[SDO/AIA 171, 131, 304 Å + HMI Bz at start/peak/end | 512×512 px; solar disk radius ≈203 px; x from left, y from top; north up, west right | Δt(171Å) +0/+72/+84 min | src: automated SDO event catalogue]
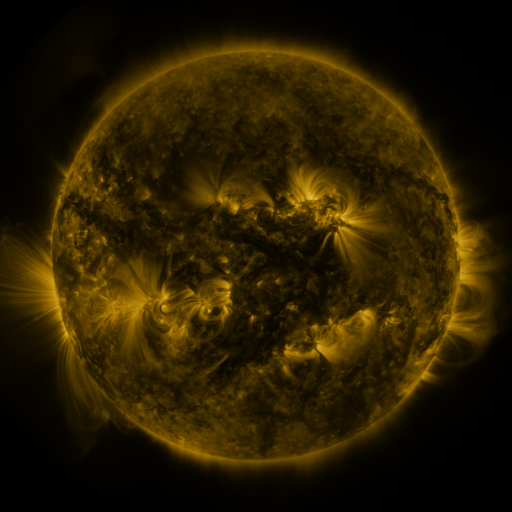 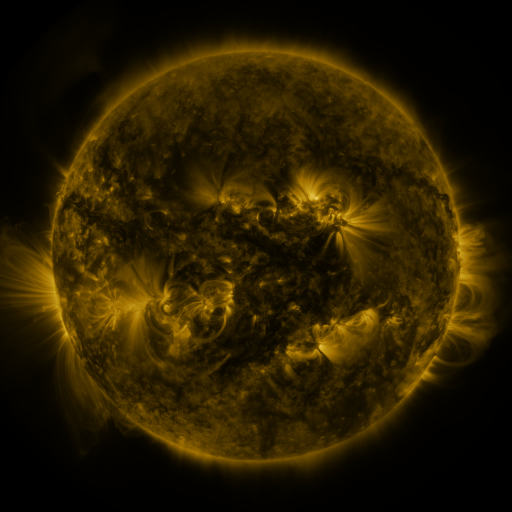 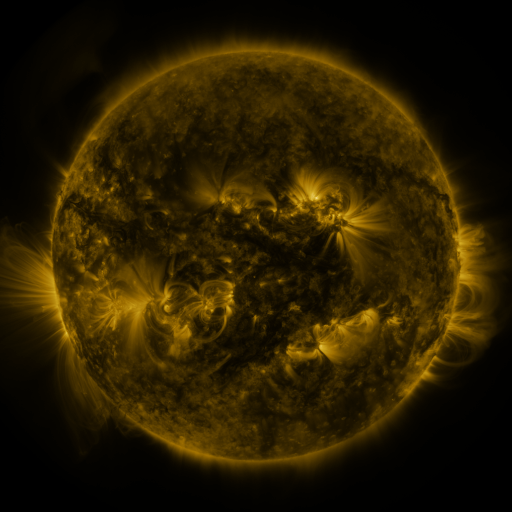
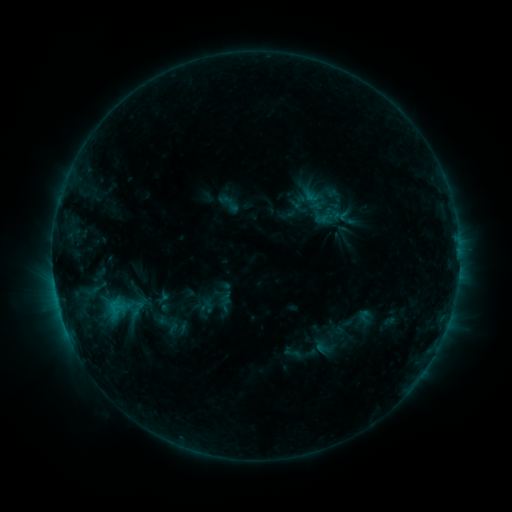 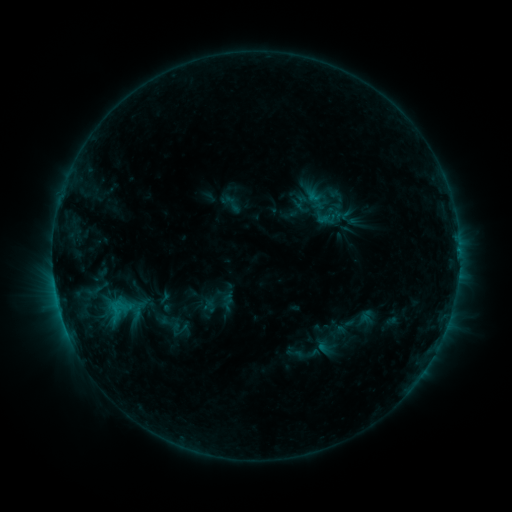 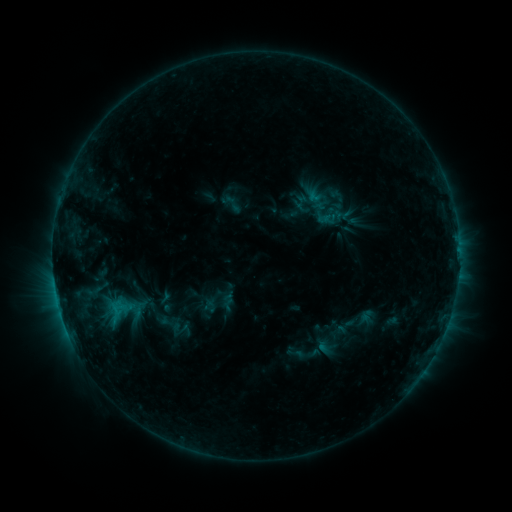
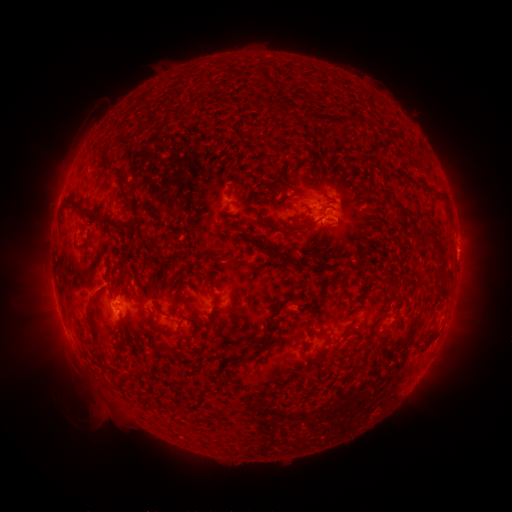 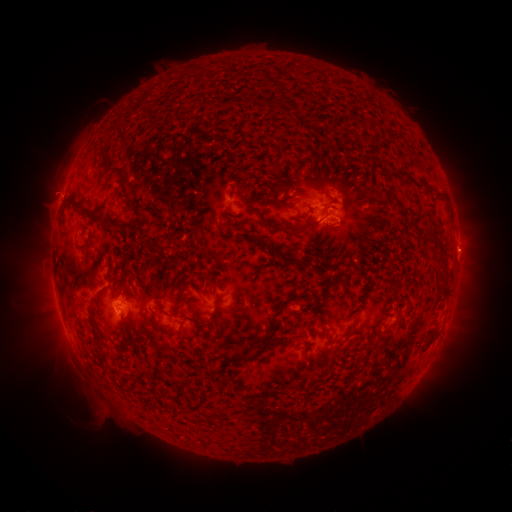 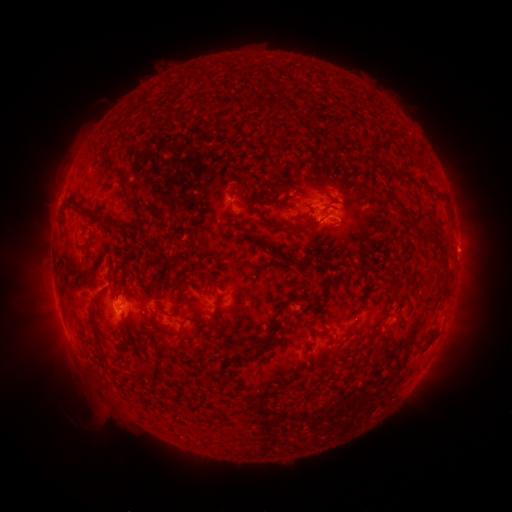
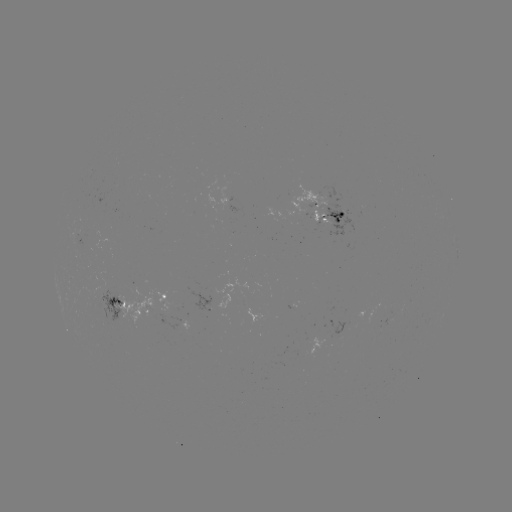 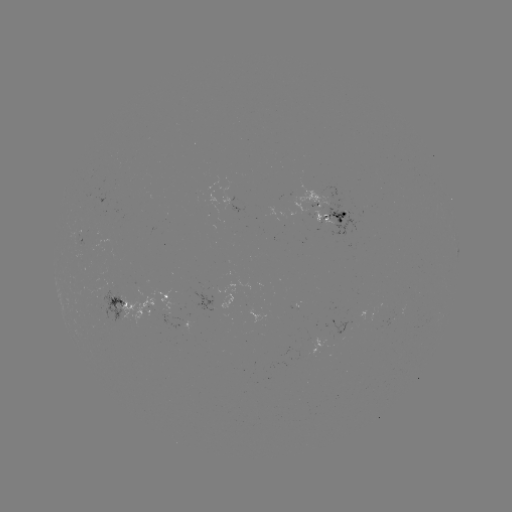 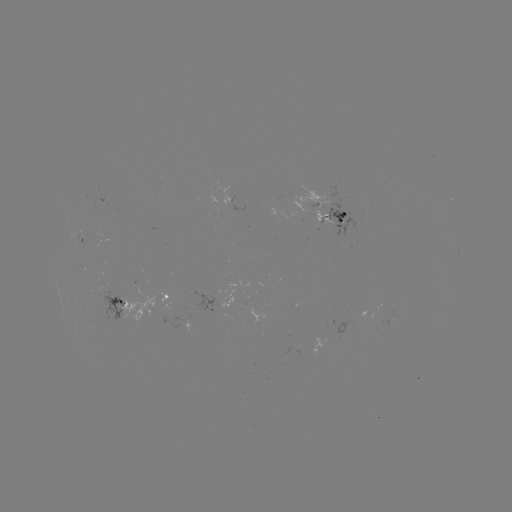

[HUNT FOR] emerging-flux region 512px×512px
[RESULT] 87,244